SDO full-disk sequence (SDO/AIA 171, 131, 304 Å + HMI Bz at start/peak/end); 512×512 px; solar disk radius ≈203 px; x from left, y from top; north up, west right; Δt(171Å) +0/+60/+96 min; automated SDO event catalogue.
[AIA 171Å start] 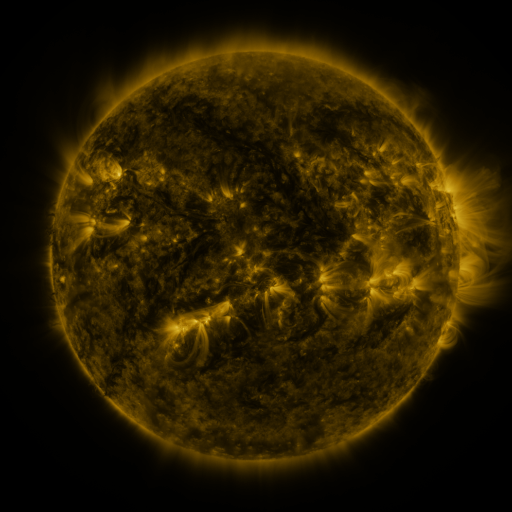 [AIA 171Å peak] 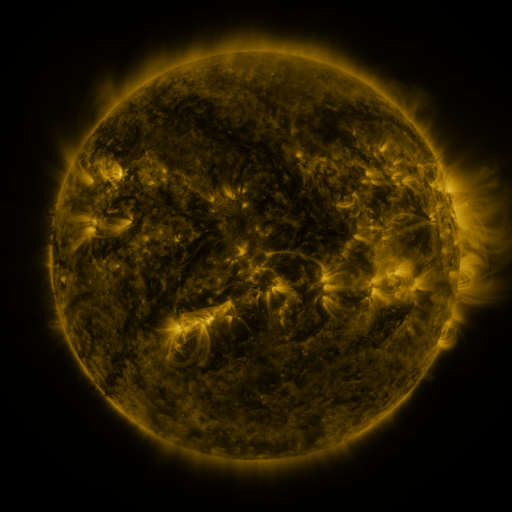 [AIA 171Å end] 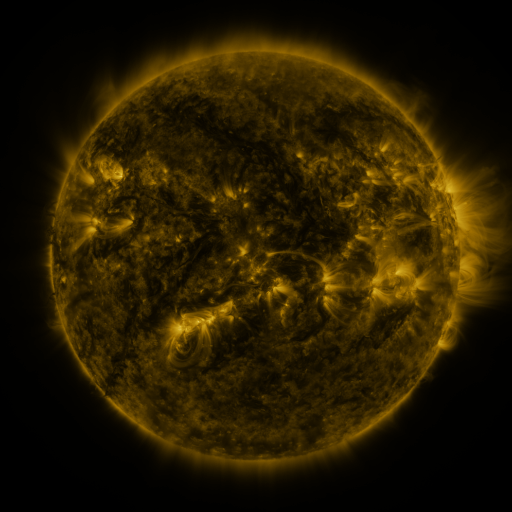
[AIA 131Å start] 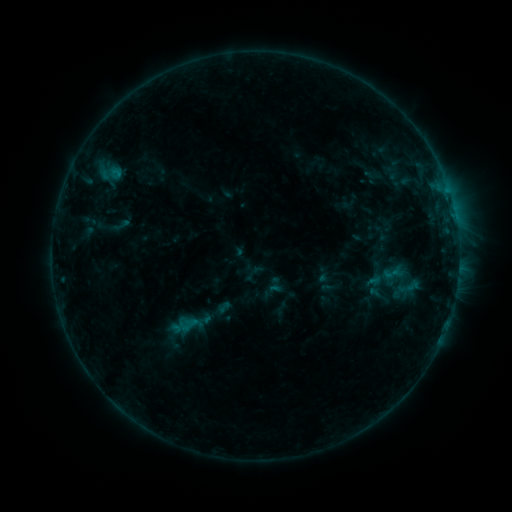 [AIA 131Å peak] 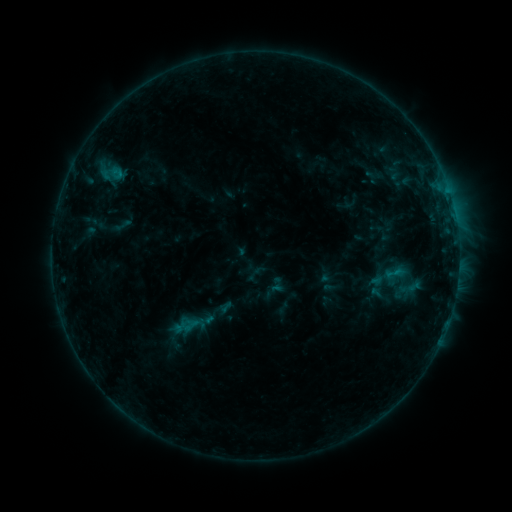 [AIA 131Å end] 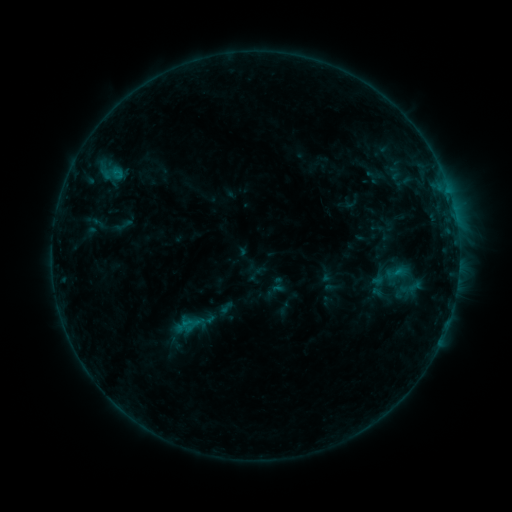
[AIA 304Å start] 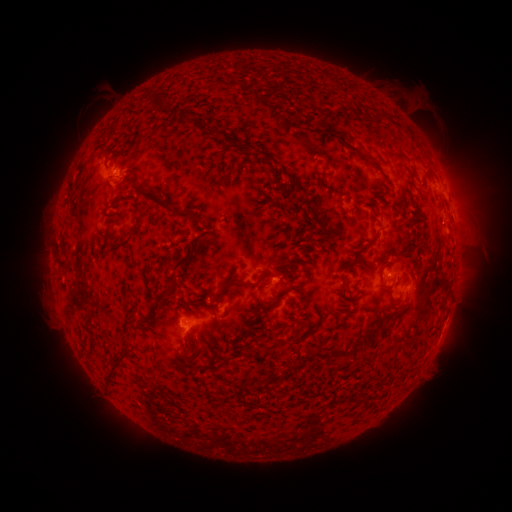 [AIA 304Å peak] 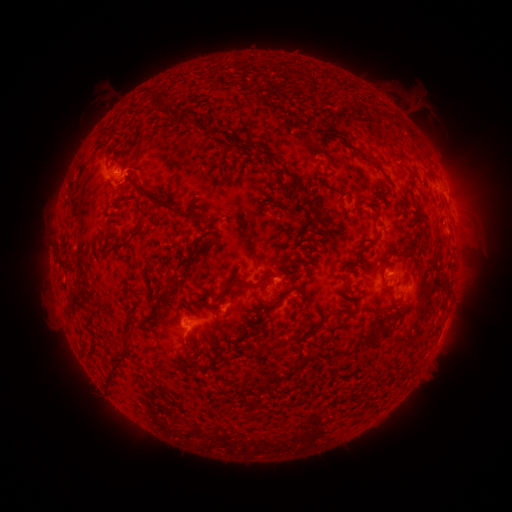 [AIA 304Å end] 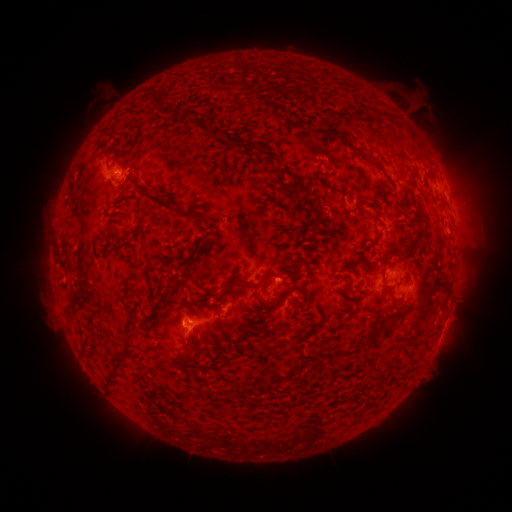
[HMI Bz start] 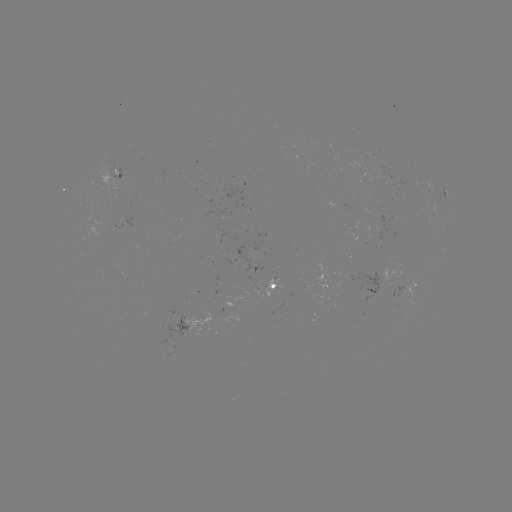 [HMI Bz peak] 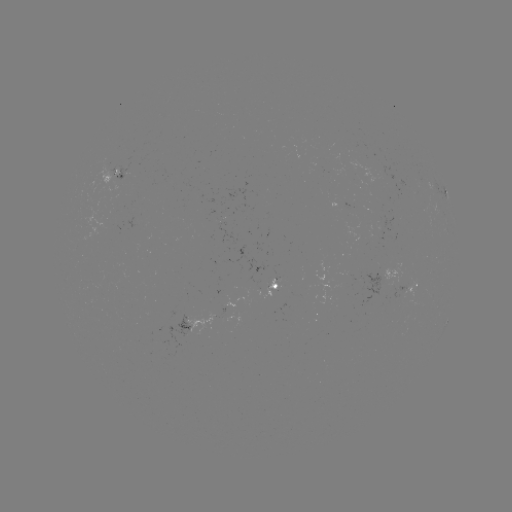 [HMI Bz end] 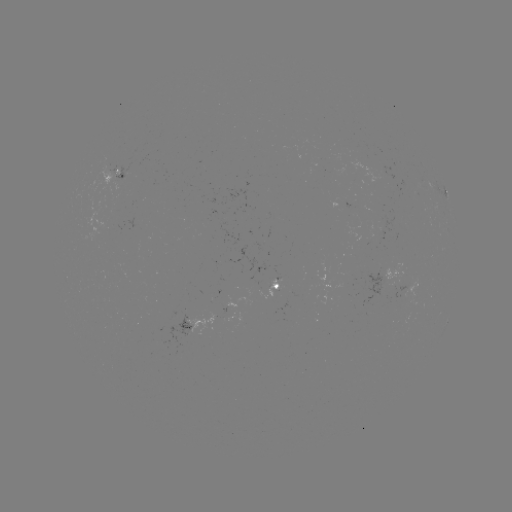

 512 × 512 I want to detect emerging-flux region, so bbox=[357, 162, 384, 184].